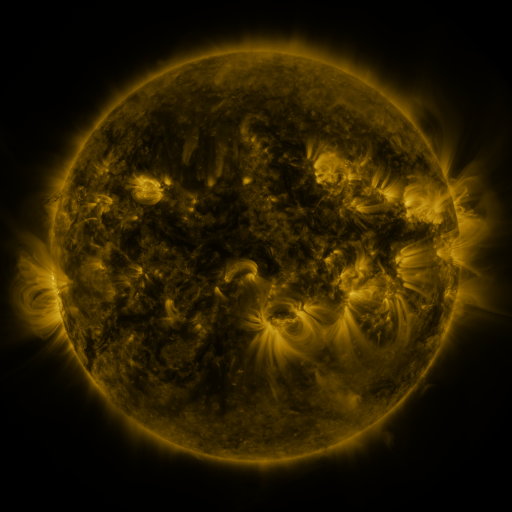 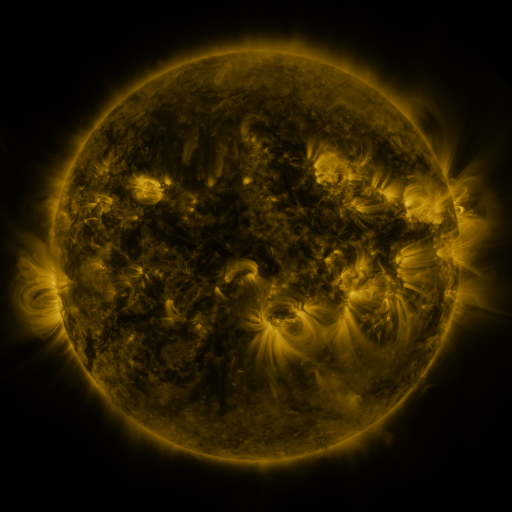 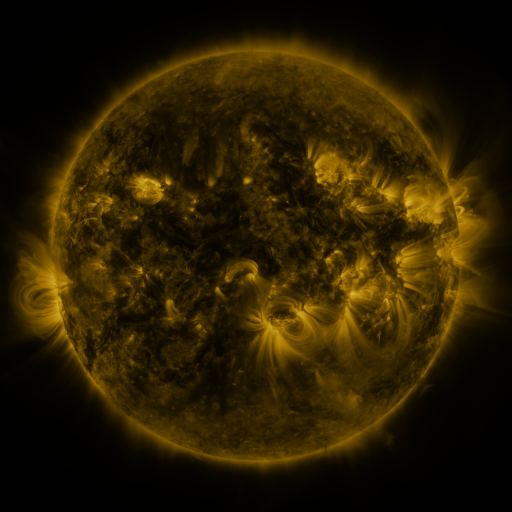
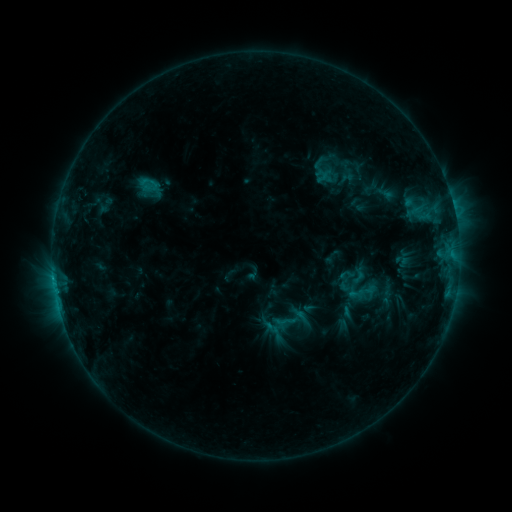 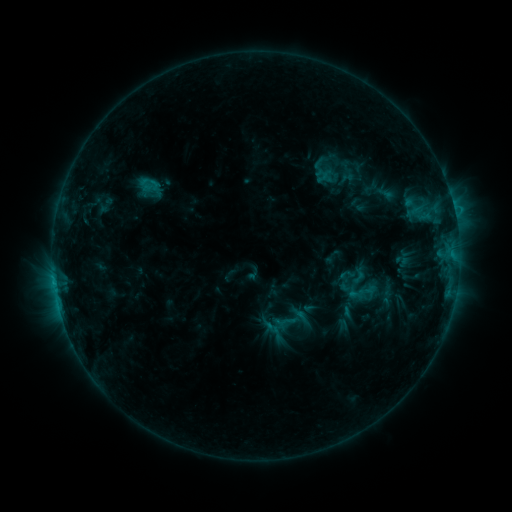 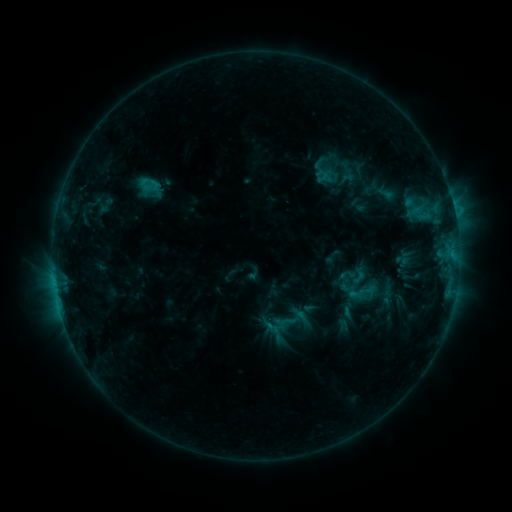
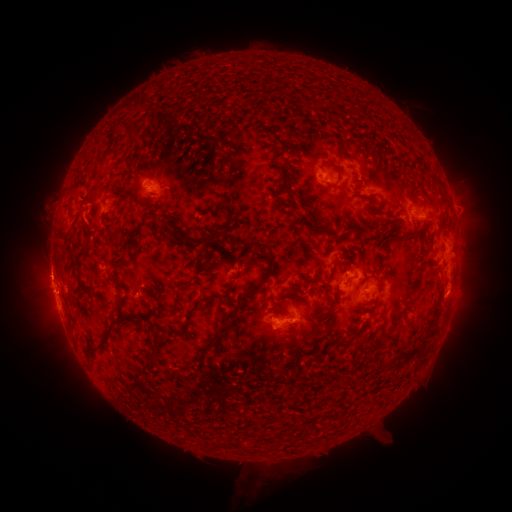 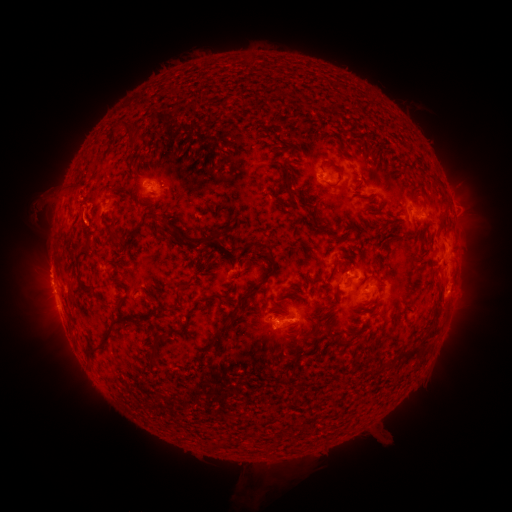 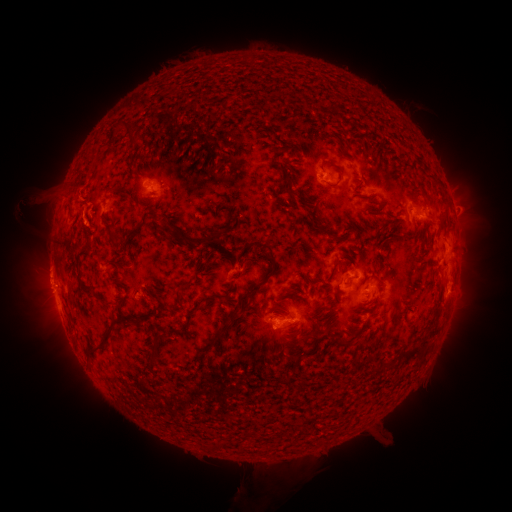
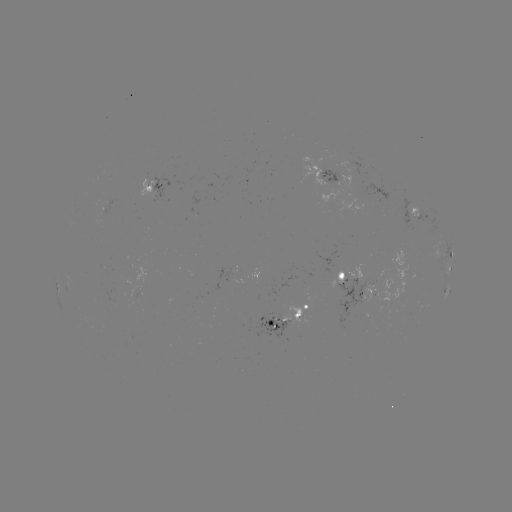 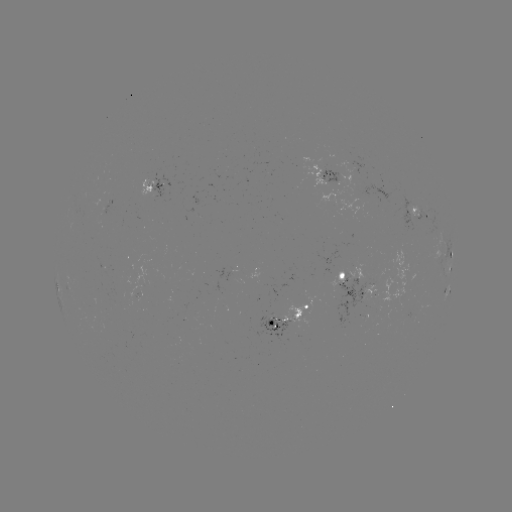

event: eruption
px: (35, 207)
